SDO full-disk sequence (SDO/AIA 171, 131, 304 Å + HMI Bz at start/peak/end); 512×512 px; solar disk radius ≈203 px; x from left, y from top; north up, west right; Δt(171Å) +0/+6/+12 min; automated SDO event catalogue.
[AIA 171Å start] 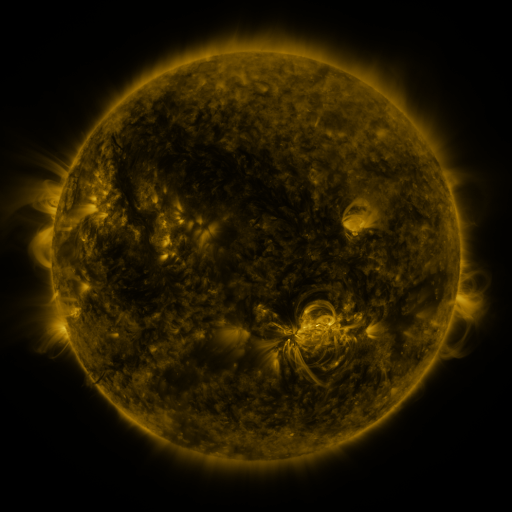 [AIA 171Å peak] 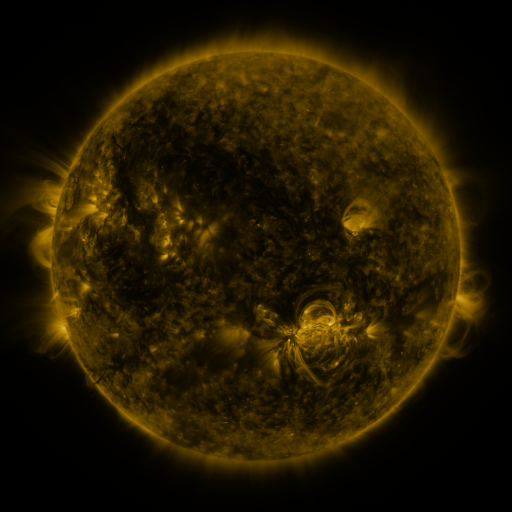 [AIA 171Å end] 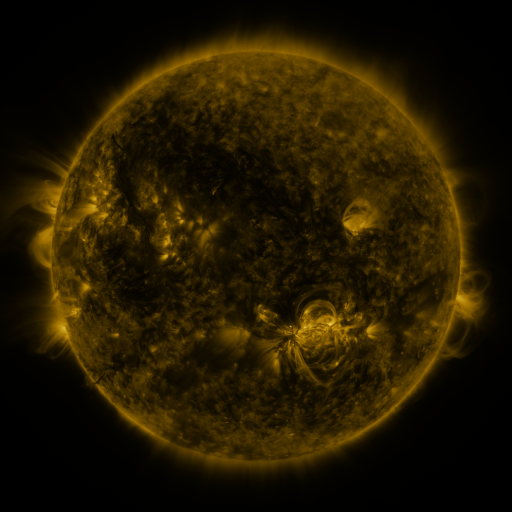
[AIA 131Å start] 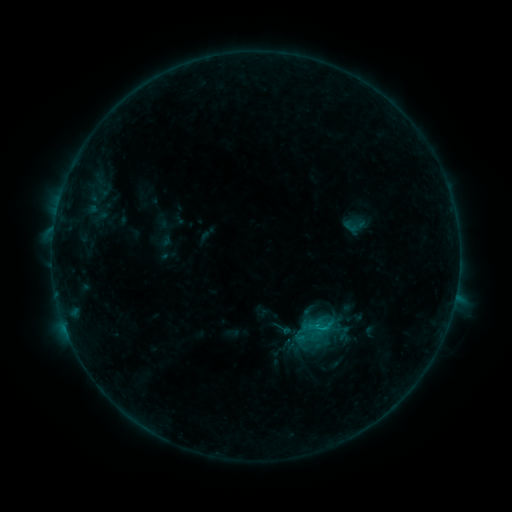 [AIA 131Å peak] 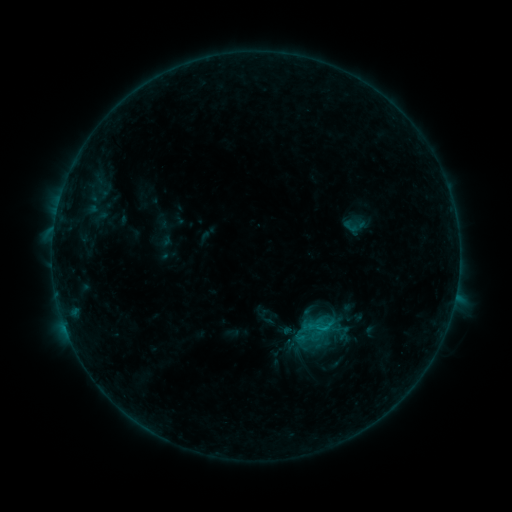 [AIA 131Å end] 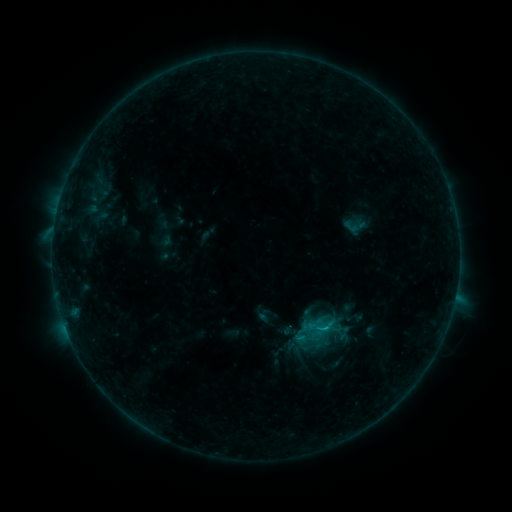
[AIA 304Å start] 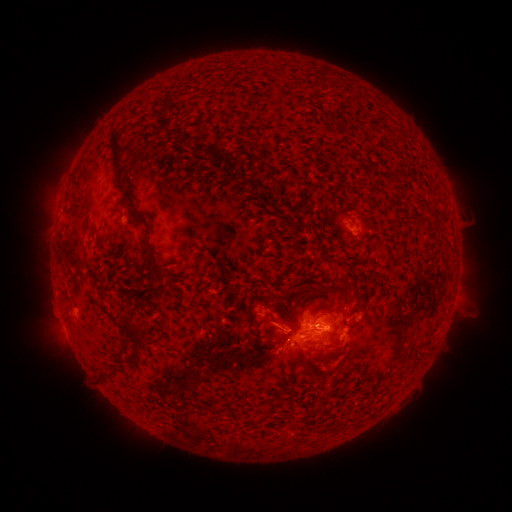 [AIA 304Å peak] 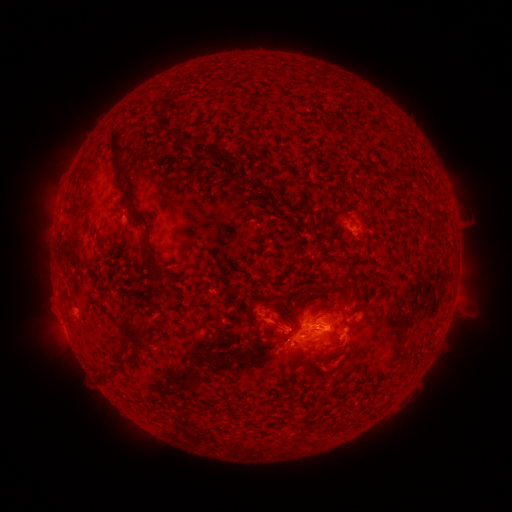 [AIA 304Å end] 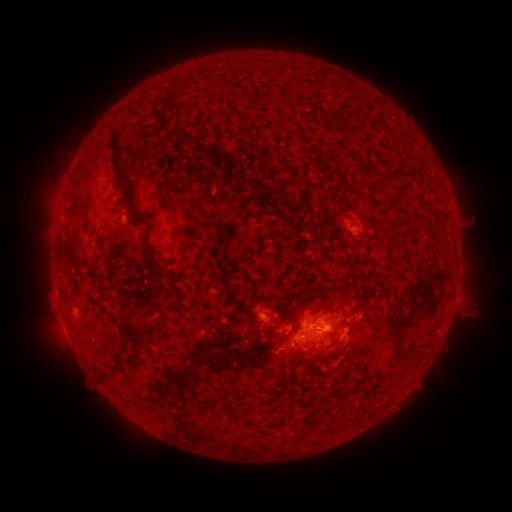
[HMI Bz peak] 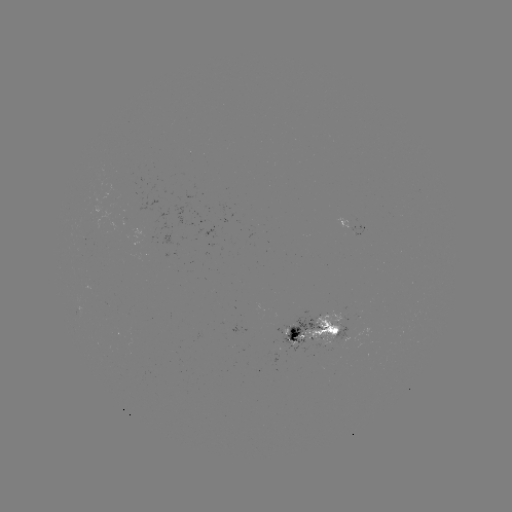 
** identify B9.2 flare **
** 327,324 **